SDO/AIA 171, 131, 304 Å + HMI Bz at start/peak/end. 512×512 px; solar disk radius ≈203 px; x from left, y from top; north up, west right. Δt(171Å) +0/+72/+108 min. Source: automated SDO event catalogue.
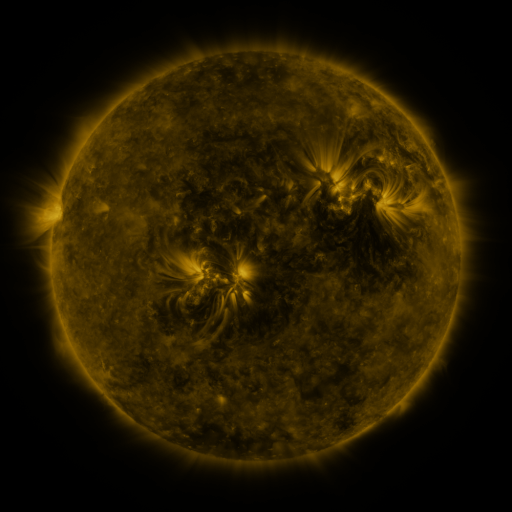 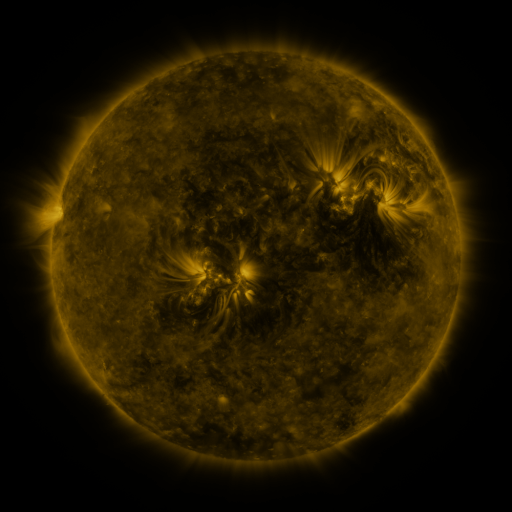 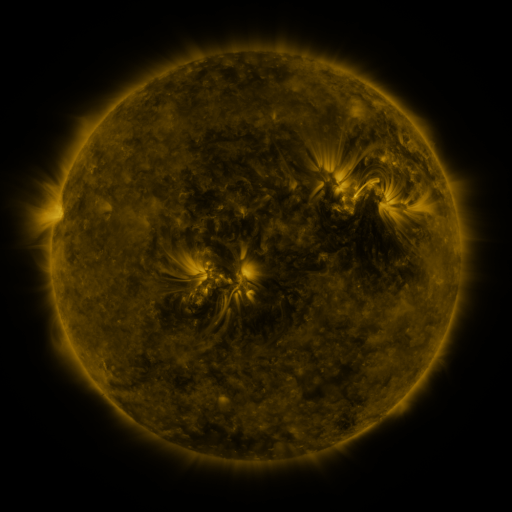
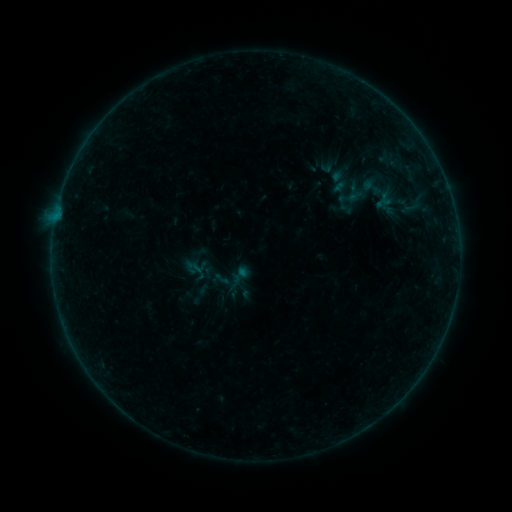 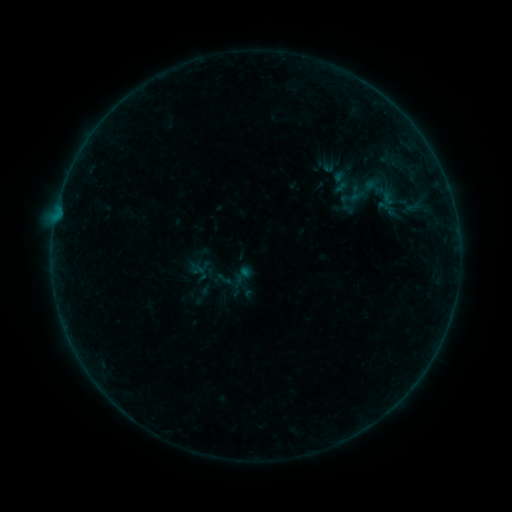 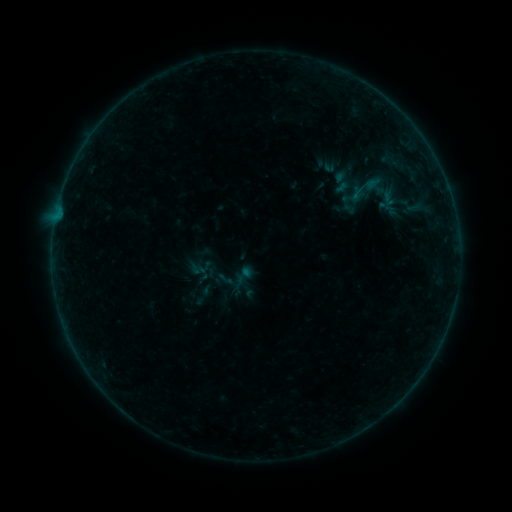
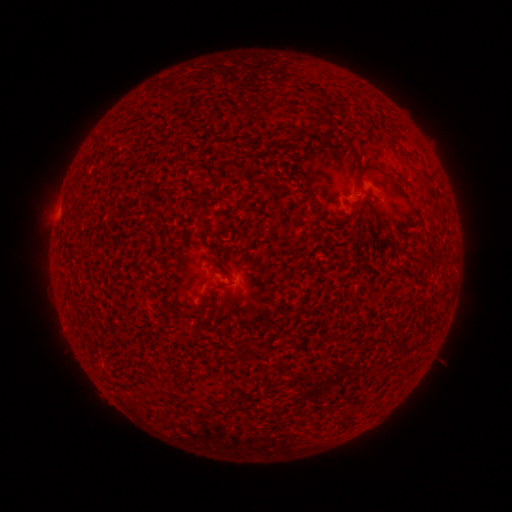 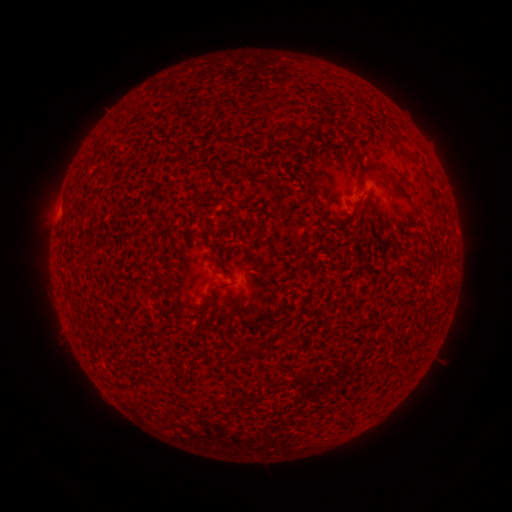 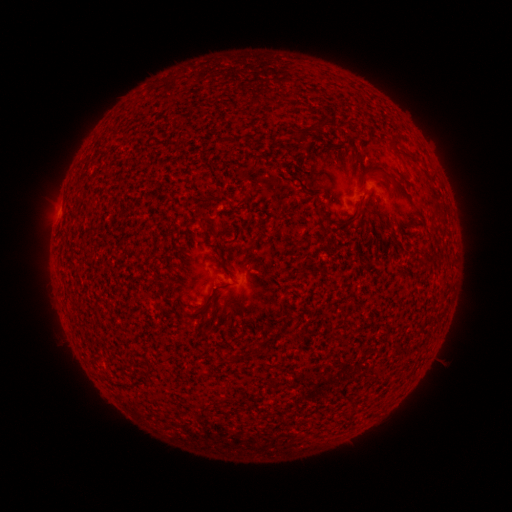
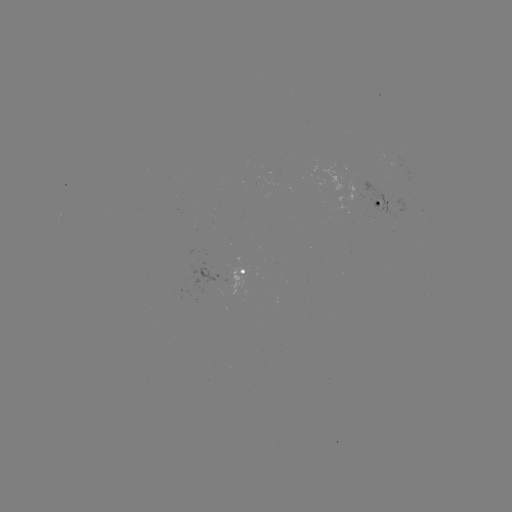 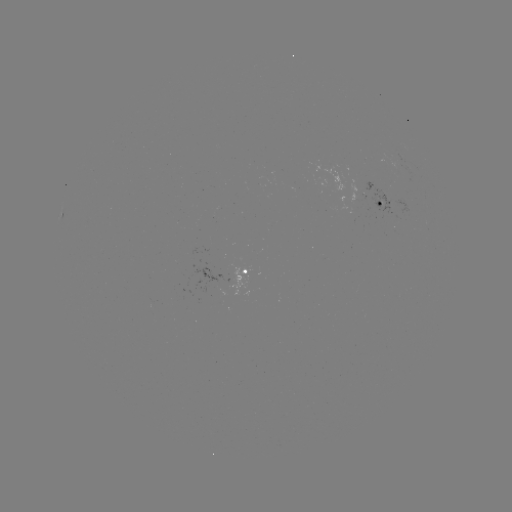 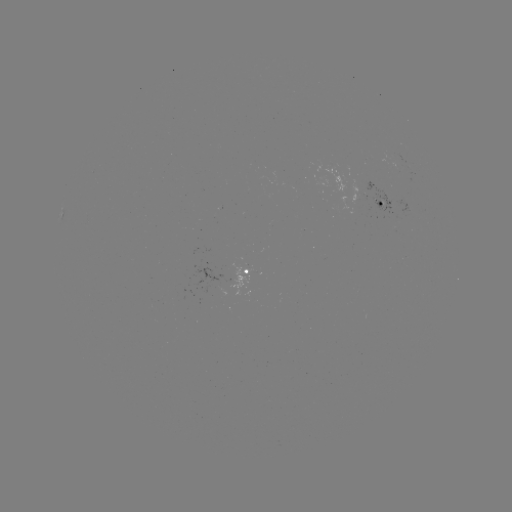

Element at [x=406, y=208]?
emerging-flux region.